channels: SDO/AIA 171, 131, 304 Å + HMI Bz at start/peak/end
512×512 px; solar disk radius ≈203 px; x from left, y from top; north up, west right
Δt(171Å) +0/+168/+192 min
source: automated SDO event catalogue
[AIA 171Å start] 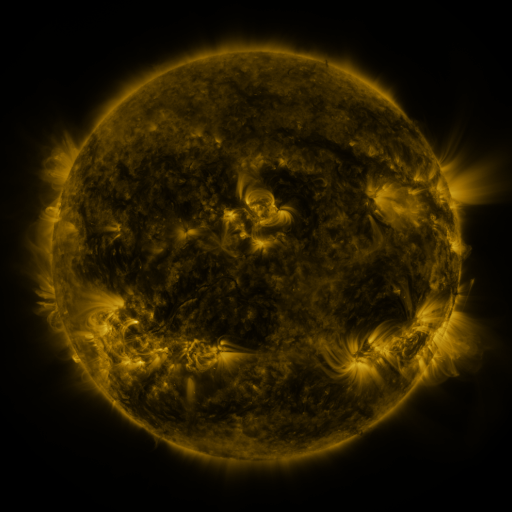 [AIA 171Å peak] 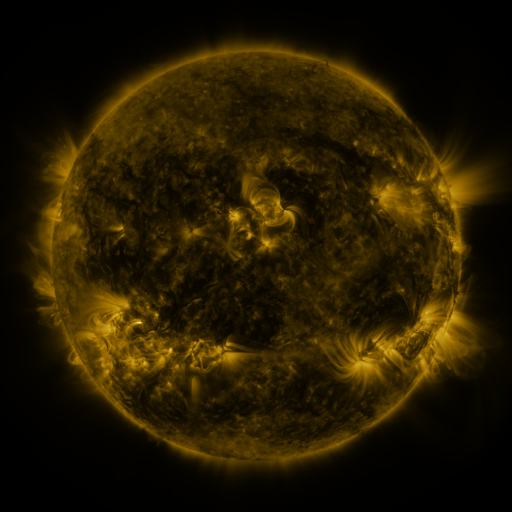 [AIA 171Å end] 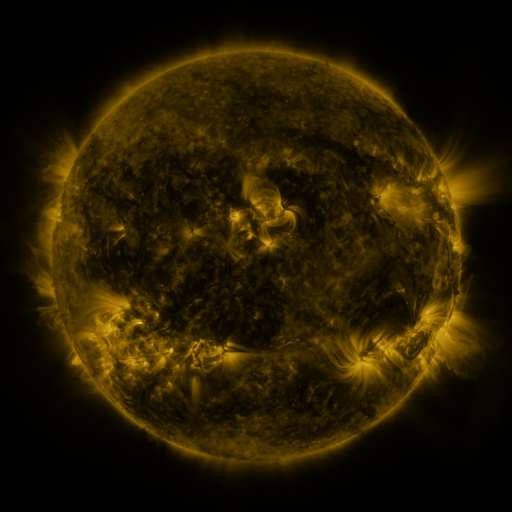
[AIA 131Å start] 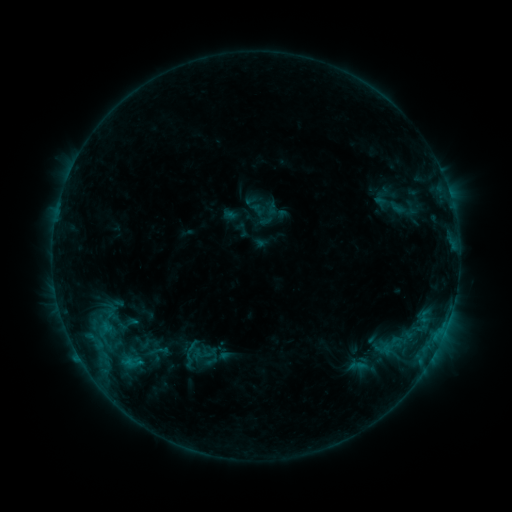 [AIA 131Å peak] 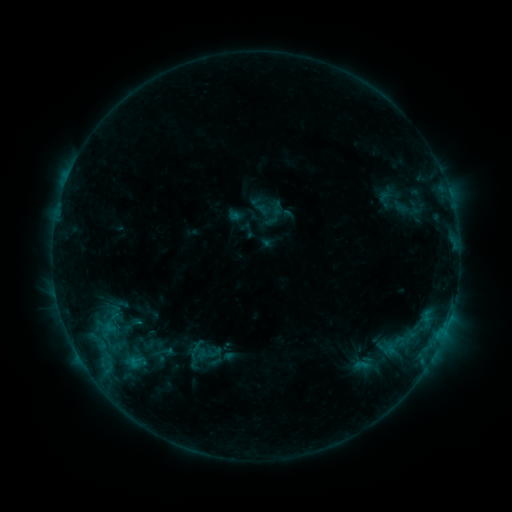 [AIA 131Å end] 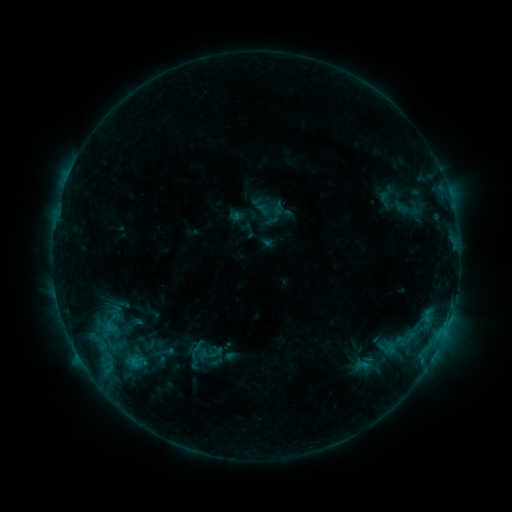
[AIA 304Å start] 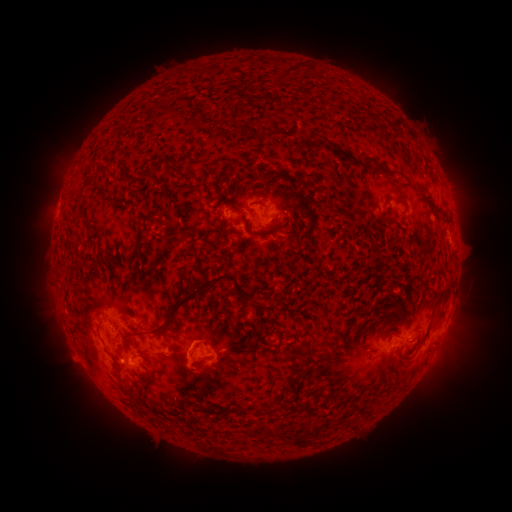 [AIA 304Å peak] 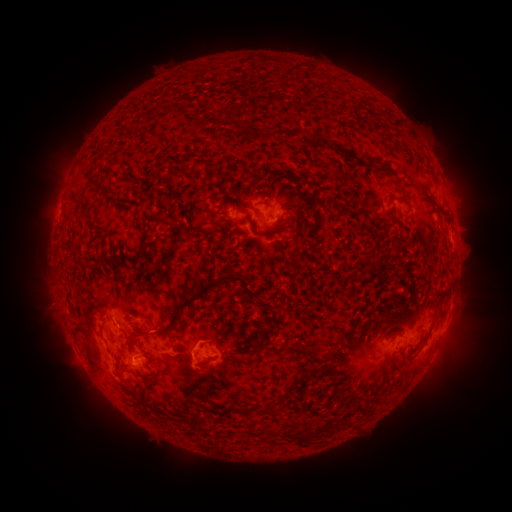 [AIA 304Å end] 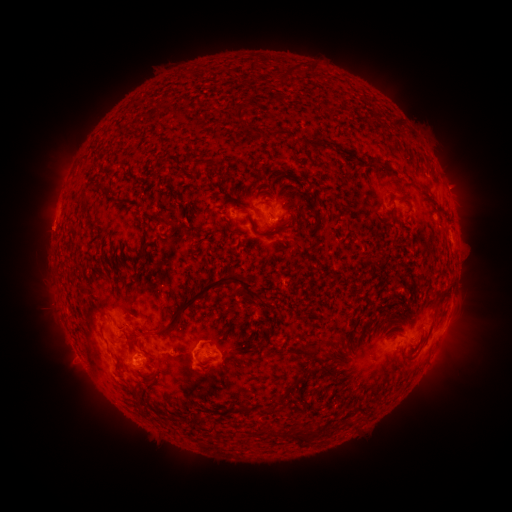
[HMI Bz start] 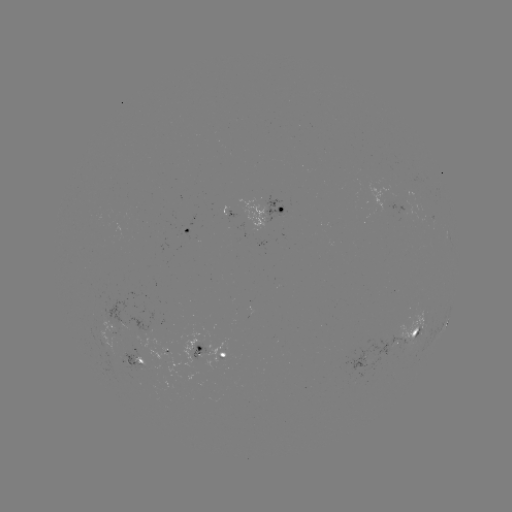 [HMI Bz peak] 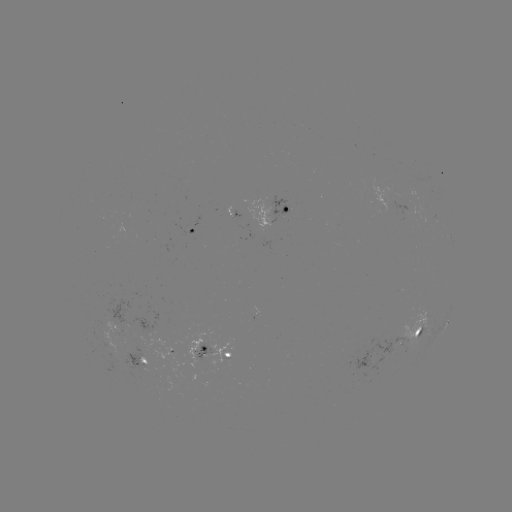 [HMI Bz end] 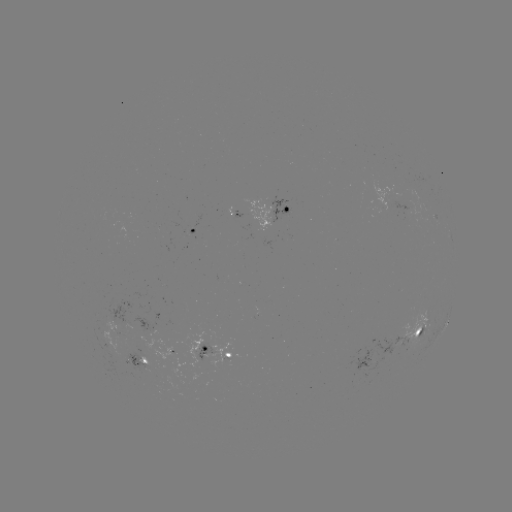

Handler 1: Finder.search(emerging-flux region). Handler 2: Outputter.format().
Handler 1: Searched emerging-flux region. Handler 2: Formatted [381, 201].